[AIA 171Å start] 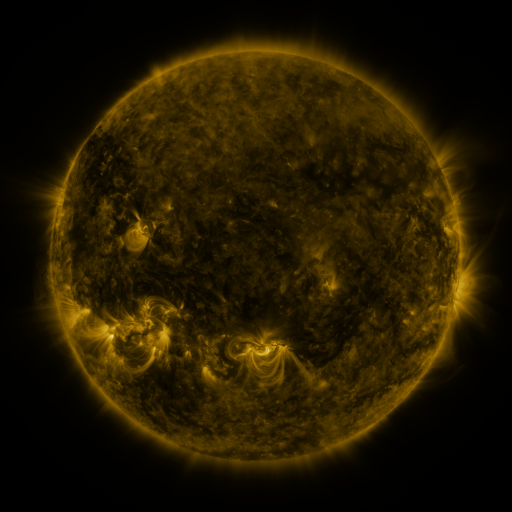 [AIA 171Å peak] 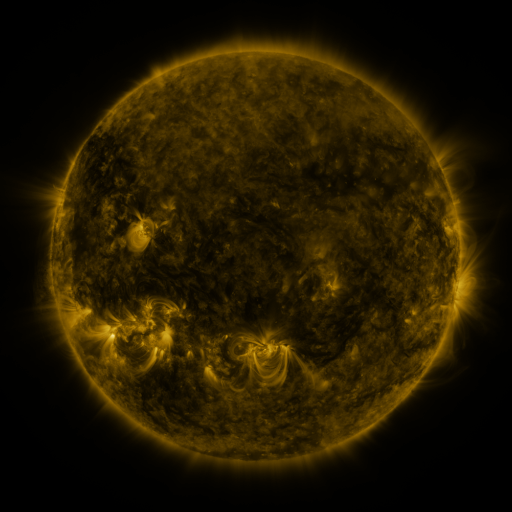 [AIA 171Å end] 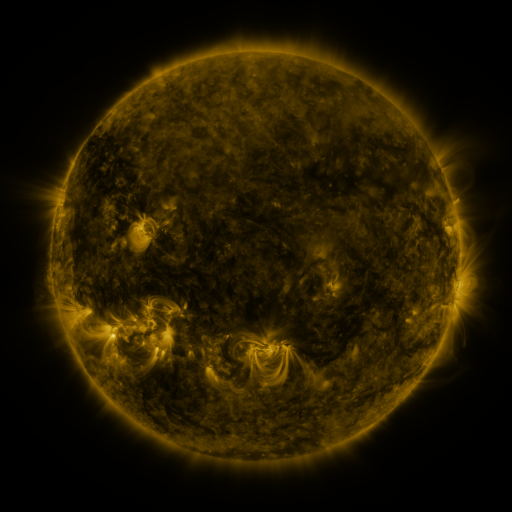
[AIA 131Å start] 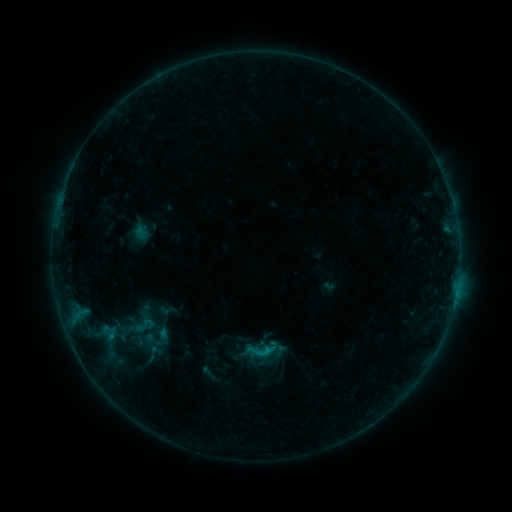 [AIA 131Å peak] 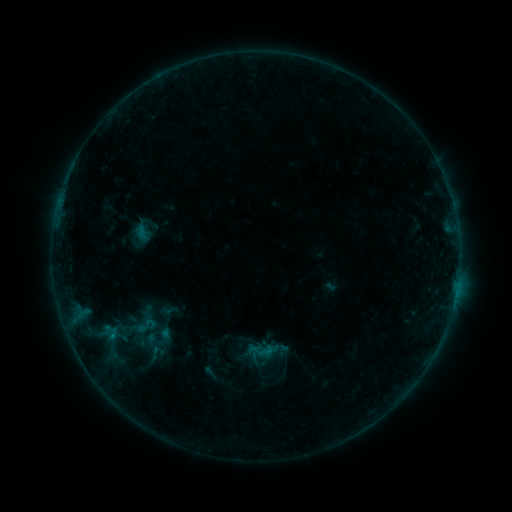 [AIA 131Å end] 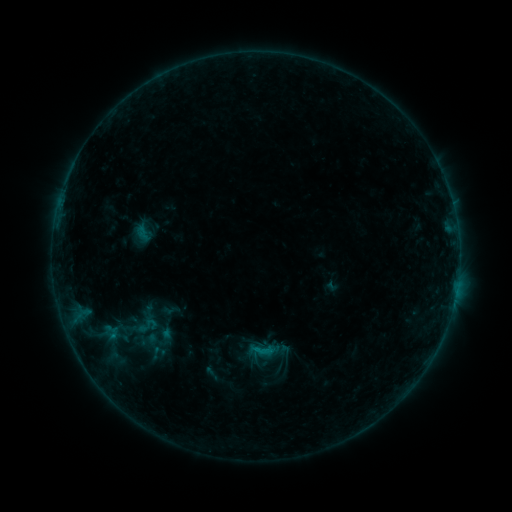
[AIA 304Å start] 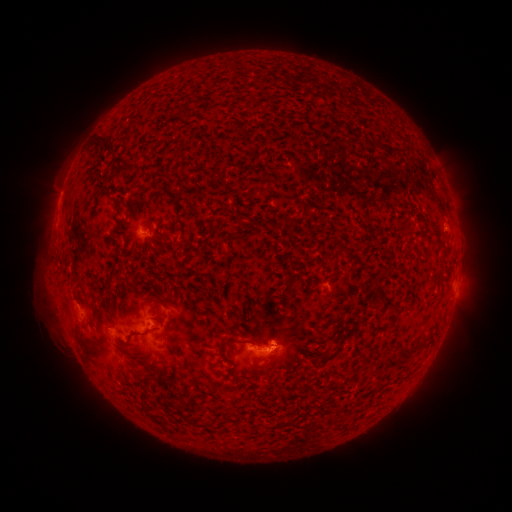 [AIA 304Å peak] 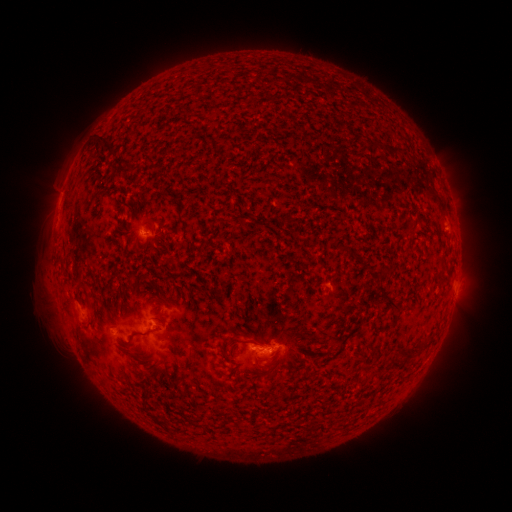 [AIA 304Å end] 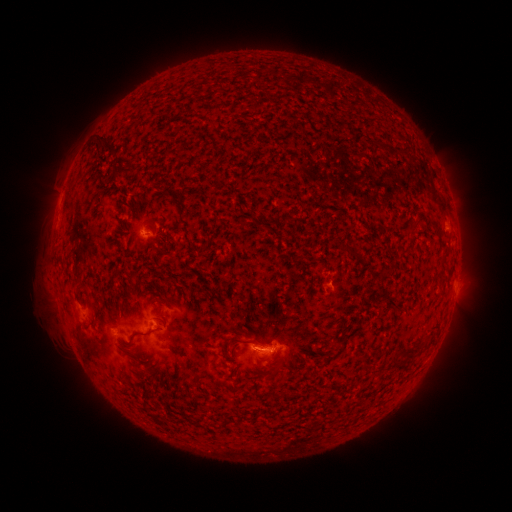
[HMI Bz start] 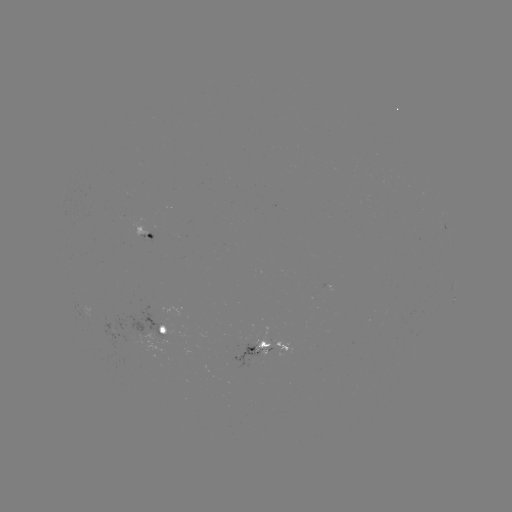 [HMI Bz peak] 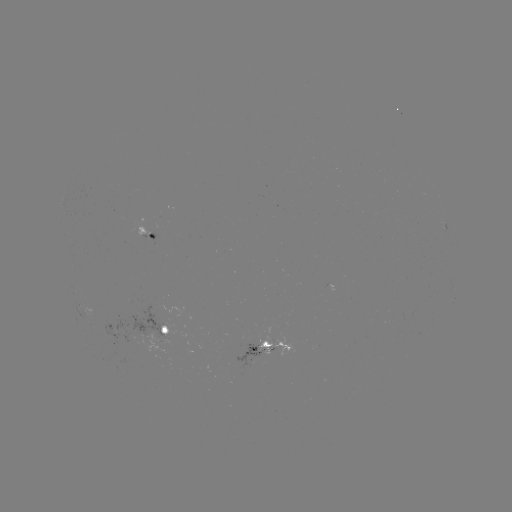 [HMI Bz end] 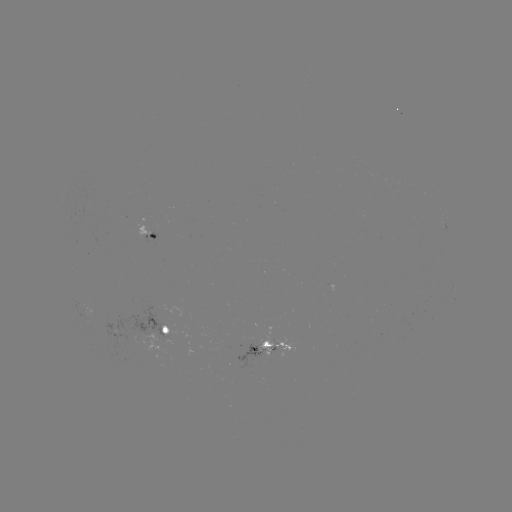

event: emerging-flux region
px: (325, 289)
